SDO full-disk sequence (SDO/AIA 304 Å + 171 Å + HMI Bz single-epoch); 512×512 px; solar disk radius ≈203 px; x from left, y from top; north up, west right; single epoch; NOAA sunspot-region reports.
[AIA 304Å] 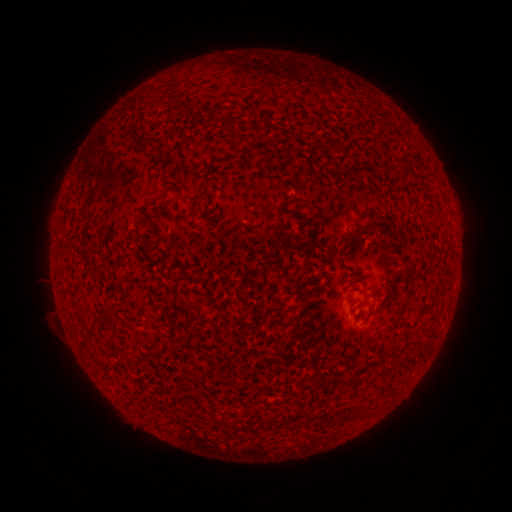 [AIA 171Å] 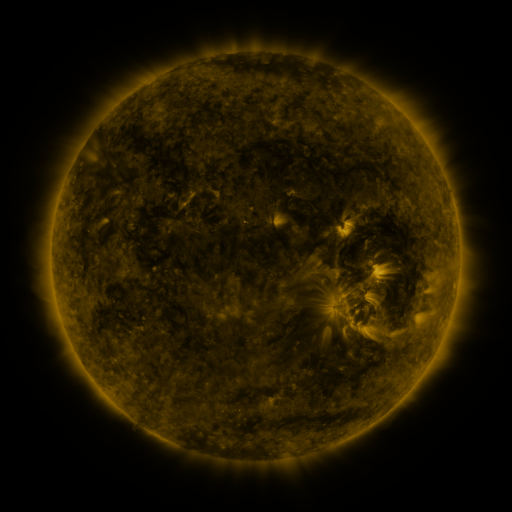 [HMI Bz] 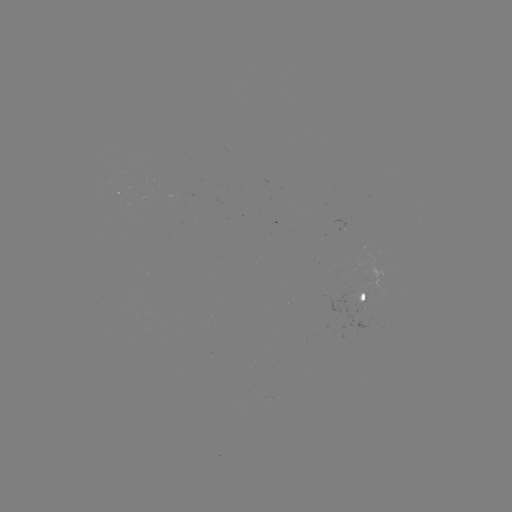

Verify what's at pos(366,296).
spotted active region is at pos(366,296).